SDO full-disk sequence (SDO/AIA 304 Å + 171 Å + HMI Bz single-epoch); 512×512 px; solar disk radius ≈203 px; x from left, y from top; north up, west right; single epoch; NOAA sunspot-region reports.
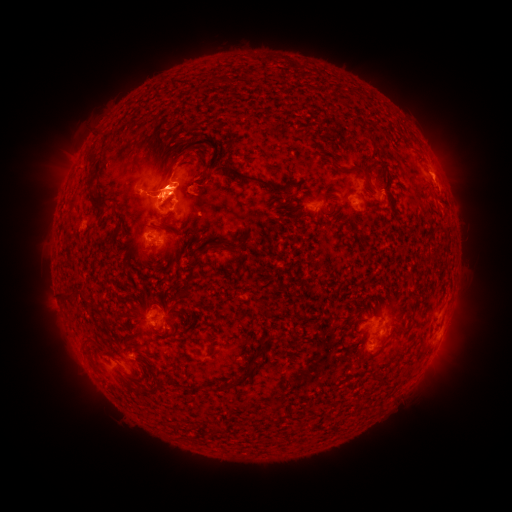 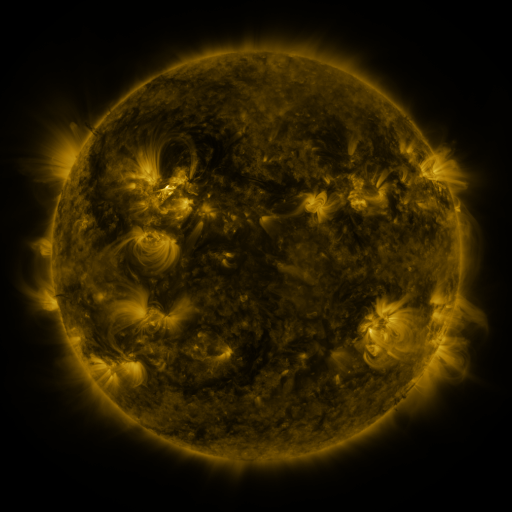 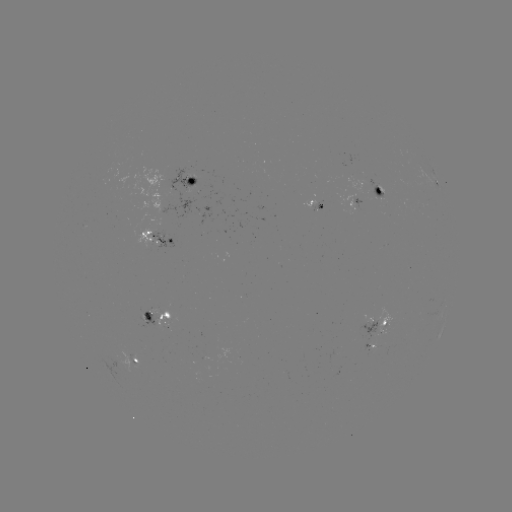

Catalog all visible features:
spotted active region: (190, 181)
spotted active region: (436, 181)
spotted active region: (381, 191)
spotted active region: (315, 205)
spotted active region: (355, 207)
spotted active region: (158, 239)
spotted active region: (162, 316)
spotted active region: (377, 321)
spotted active region: (374, 347)
spotted active region: (136, 362)
